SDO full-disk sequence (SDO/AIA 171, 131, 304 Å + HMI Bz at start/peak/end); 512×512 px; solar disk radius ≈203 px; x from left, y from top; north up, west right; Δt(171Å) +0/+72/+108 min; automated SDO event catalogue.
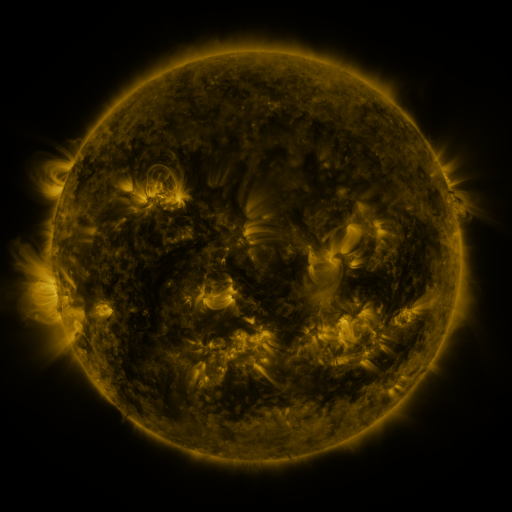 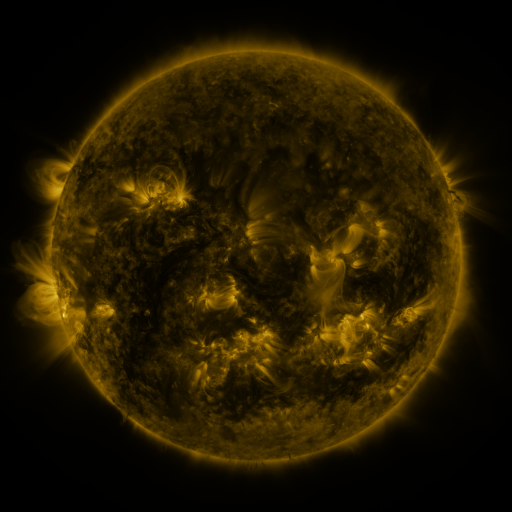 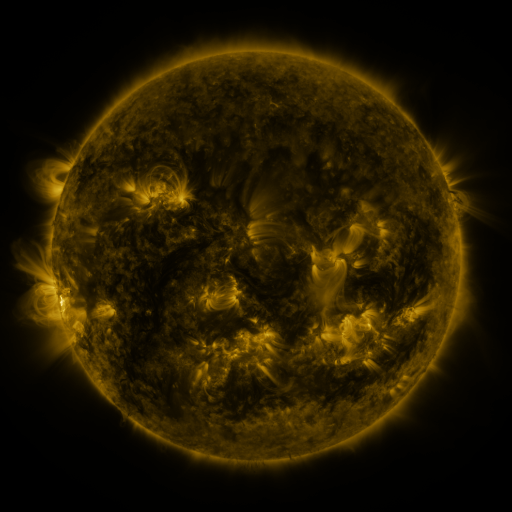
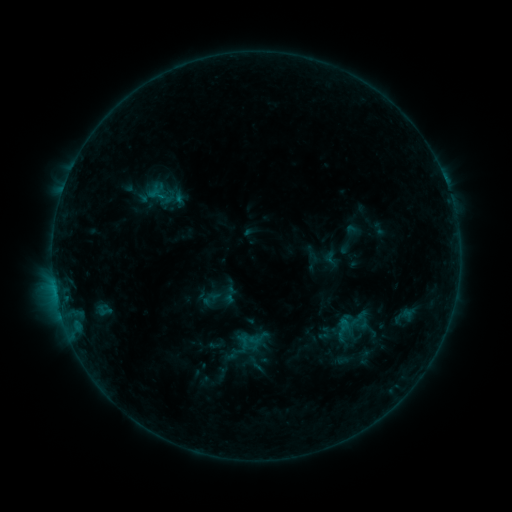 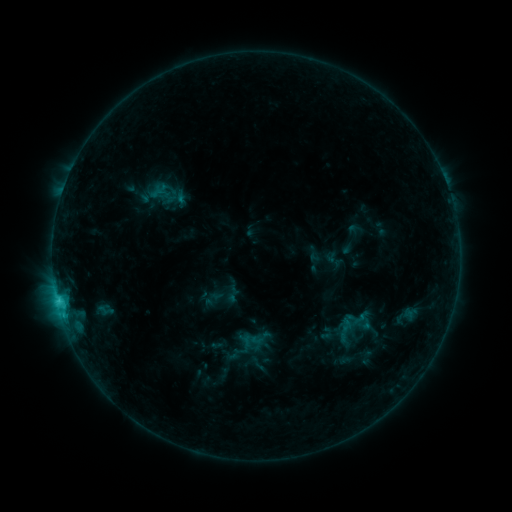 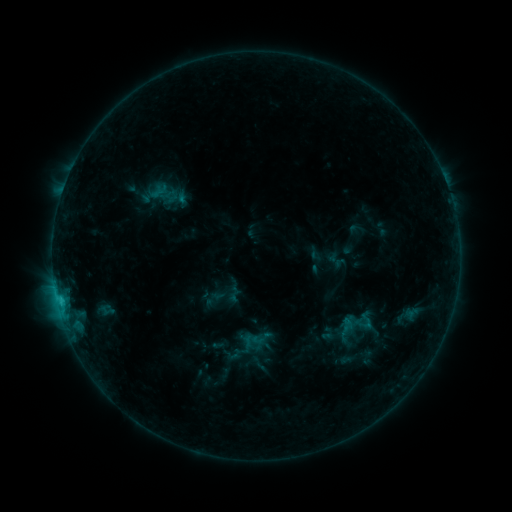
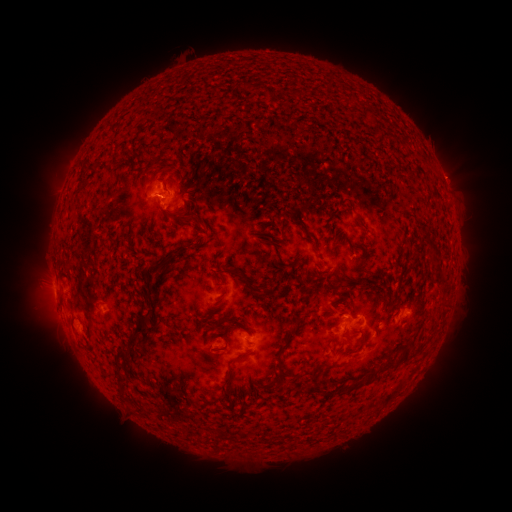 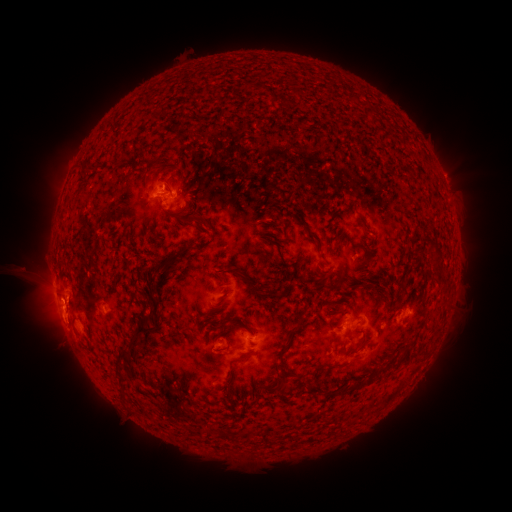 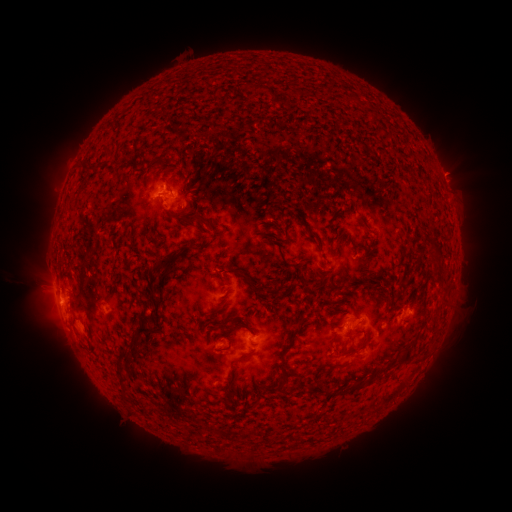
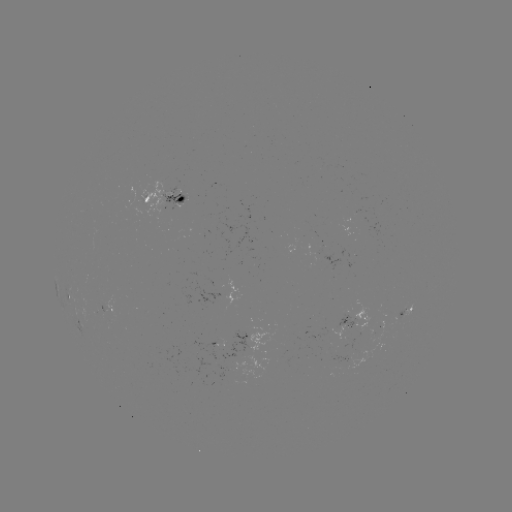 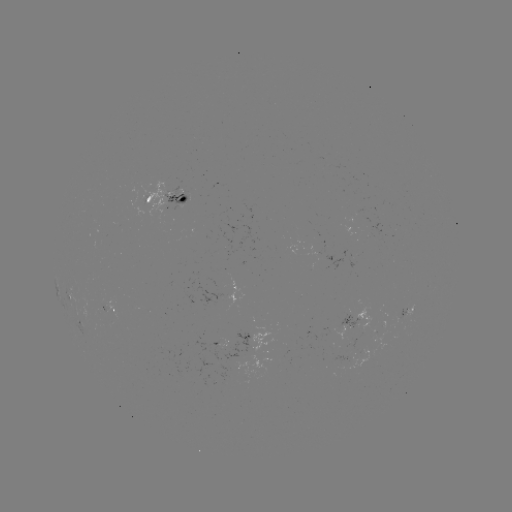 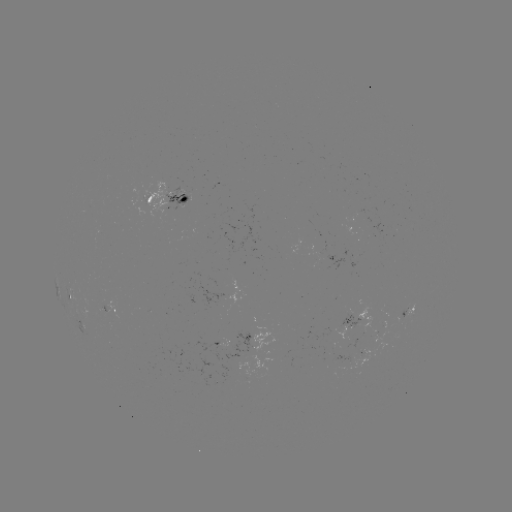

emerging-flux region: (335, 313, 358, 327)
